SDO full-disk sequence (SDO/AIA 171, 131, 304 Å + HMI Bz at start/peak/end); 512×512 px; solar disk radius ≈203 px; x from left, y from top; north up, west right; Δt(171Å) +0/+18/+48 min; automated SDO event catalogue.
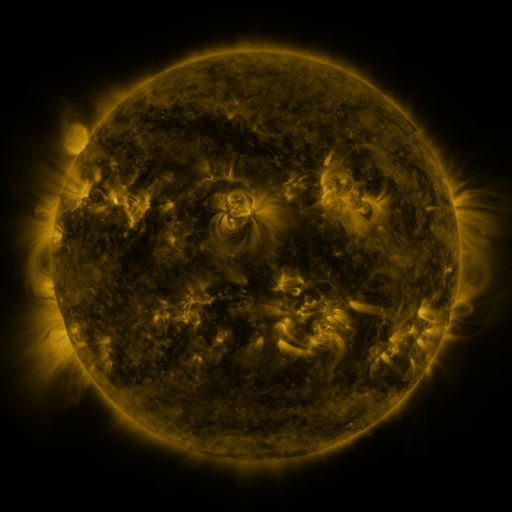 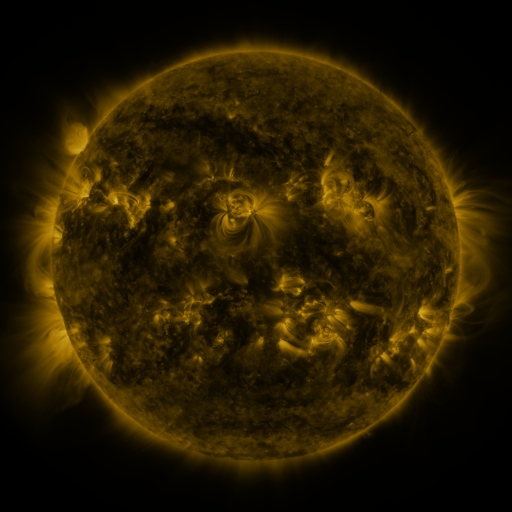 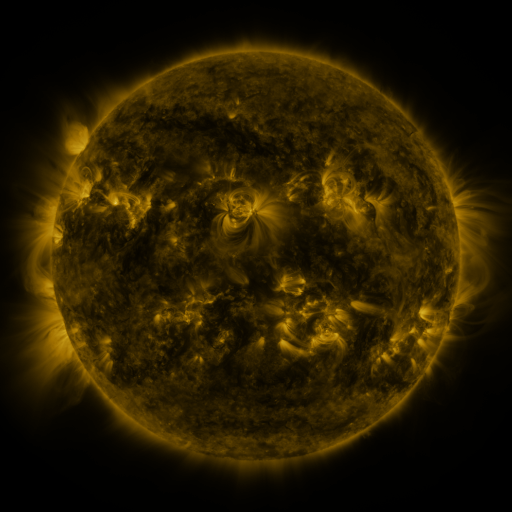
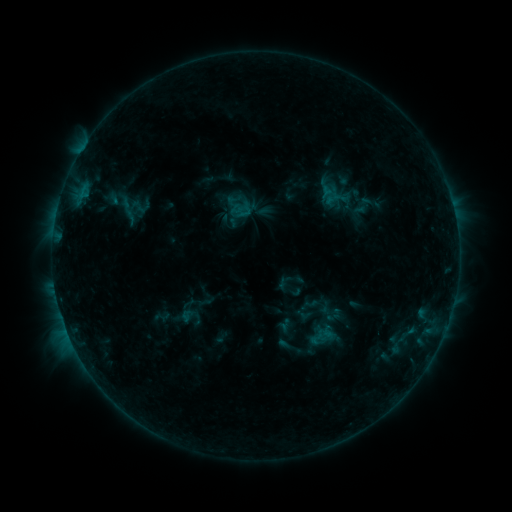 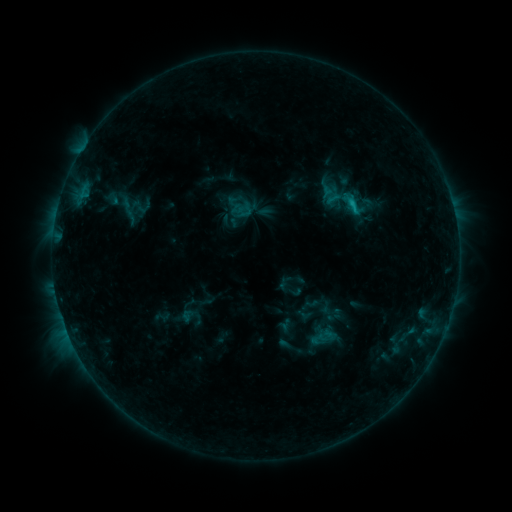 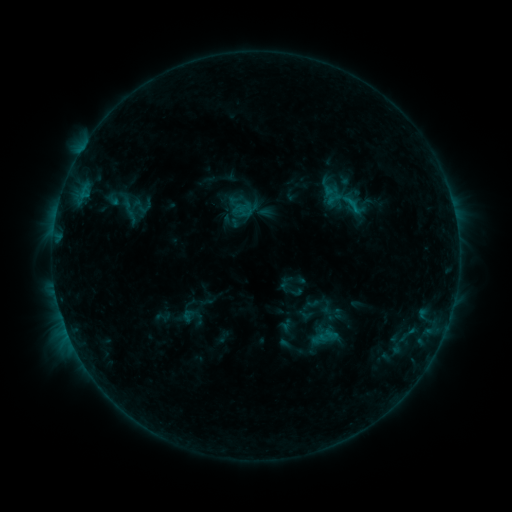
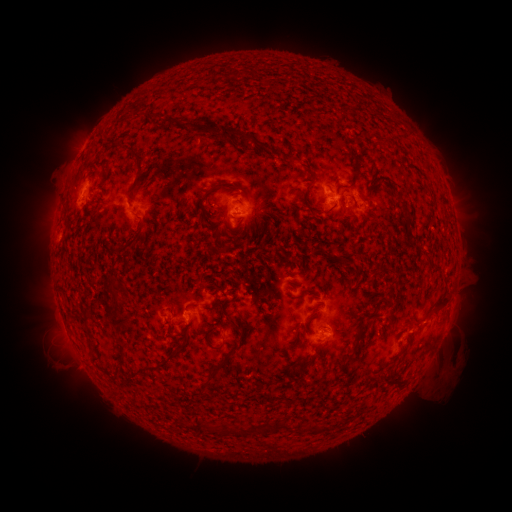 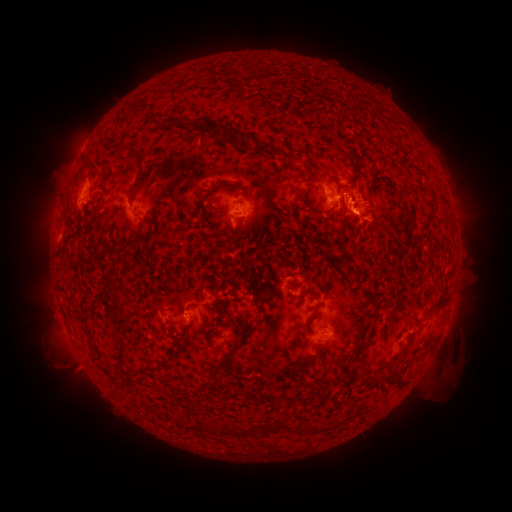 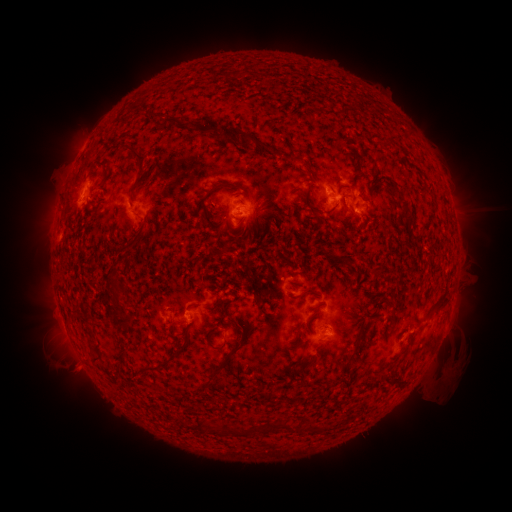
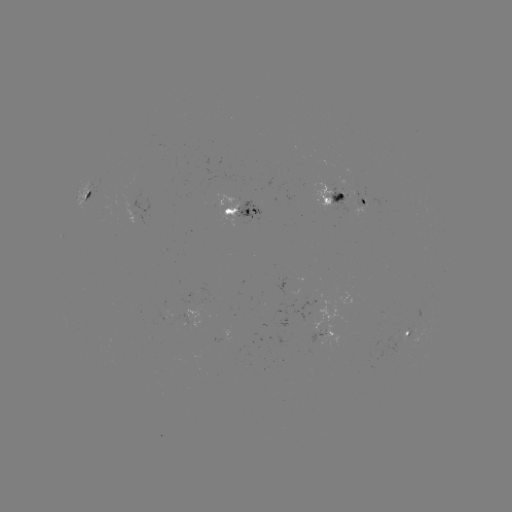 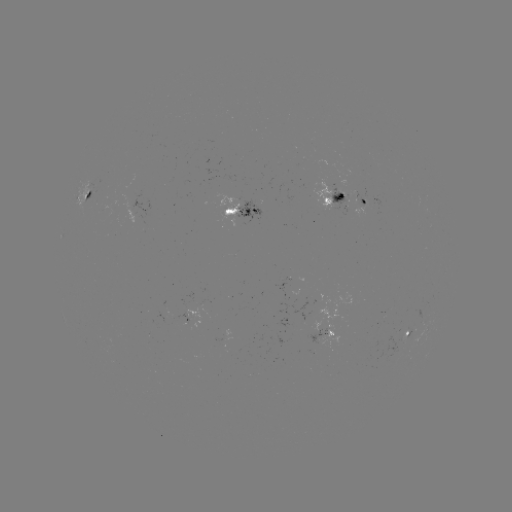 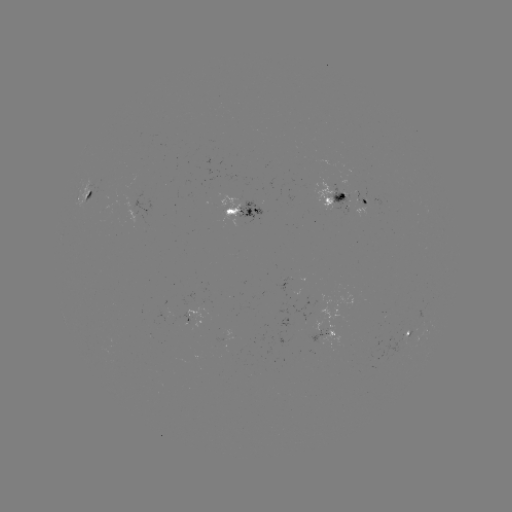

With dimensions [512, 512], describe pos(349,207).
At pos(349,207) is C1.0 flare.